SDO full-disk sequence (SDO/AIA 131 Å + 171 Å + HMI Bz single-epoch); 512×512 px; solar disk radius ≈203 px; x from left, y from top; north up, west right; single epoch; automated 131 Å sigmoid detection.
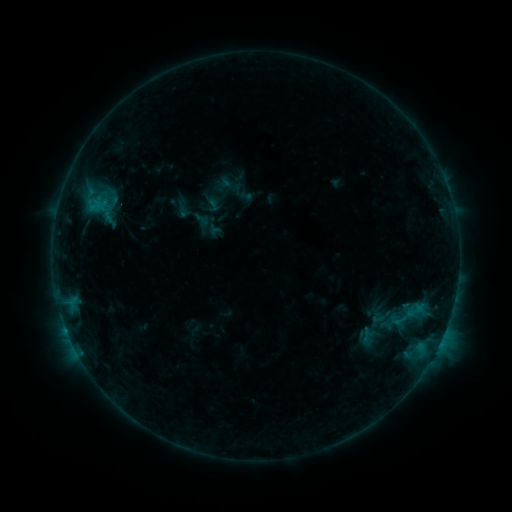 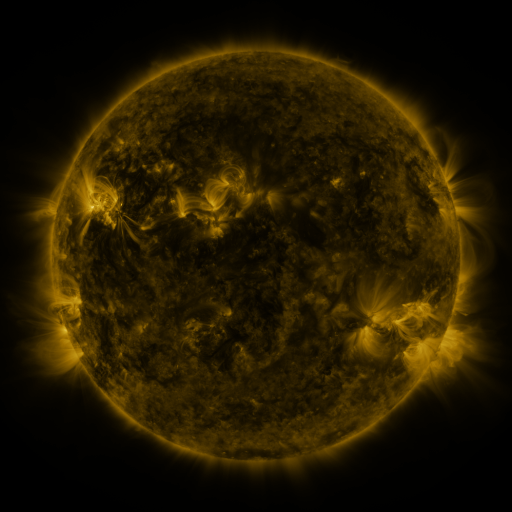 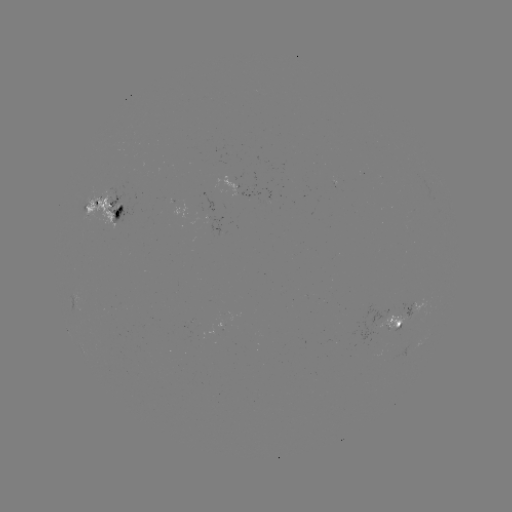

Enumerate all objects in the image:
sigmoid: <bbox>217, 166, 254, 203</bbox>
sigmoid: <bbox>187, 212, 214, 239</bbox>
